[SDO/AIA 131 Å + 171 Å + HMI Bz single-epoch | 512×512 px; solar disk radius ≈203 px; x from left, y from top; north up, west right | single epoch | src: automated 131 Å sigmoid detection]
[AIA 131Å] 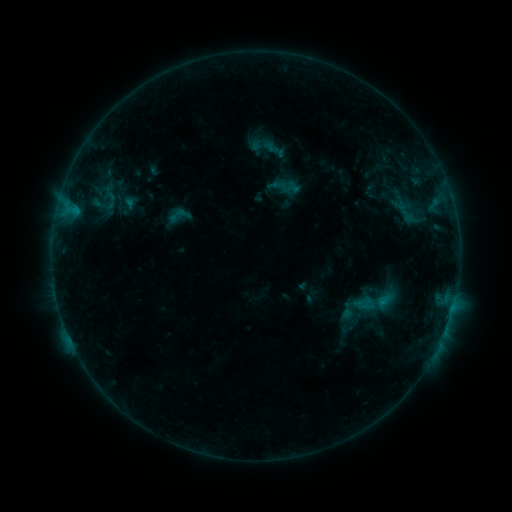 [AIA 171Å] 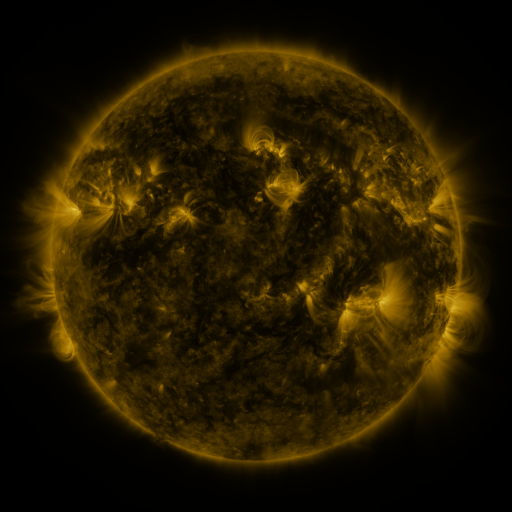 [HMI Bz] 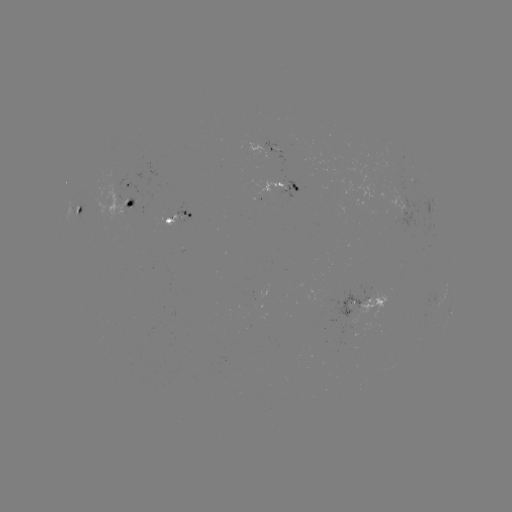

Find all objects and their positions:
sigmoid: (166, 201, 192, 227)
sigmoid: (351, 275, 397, 328)
